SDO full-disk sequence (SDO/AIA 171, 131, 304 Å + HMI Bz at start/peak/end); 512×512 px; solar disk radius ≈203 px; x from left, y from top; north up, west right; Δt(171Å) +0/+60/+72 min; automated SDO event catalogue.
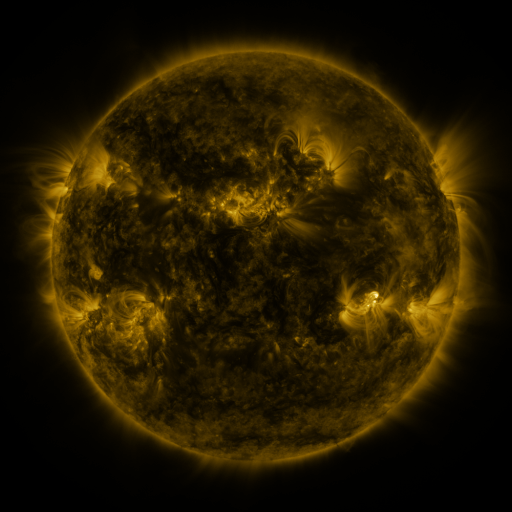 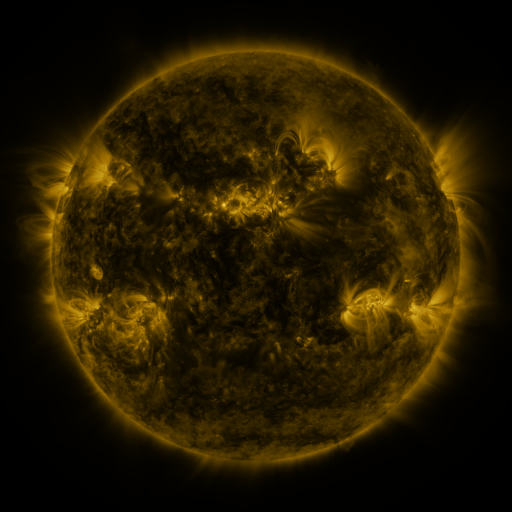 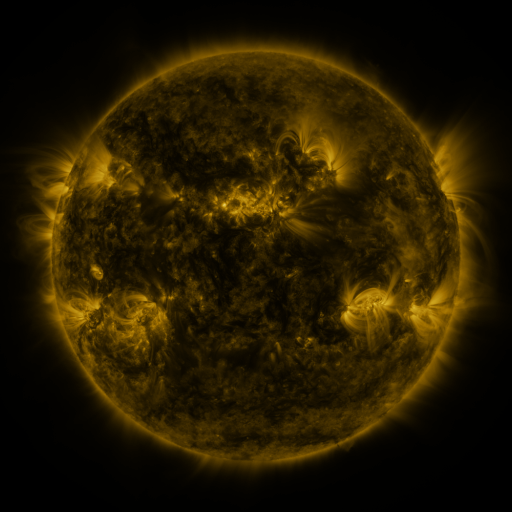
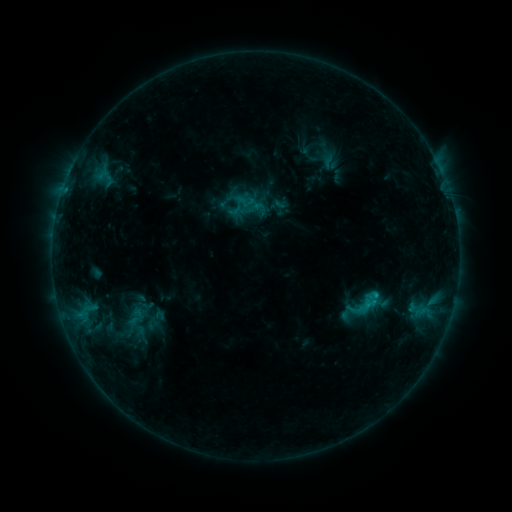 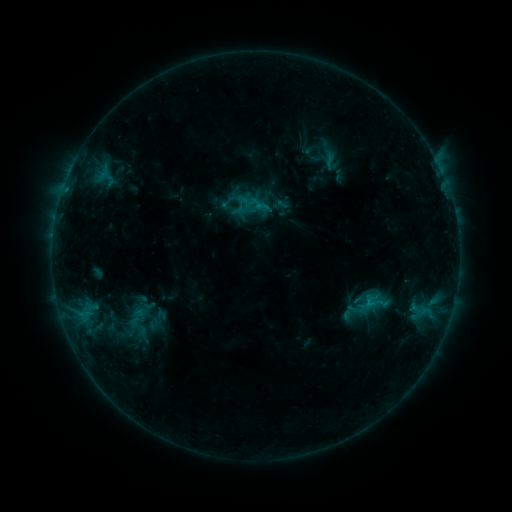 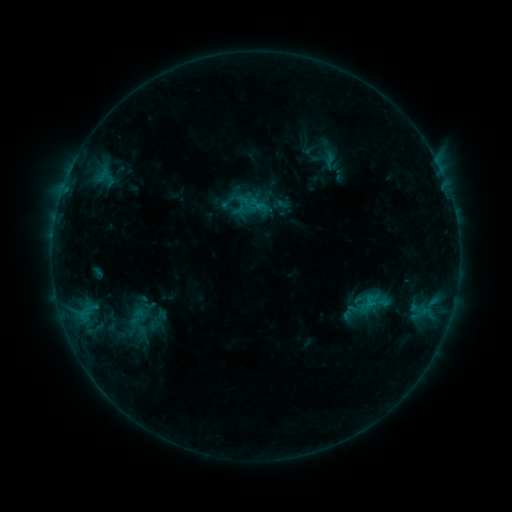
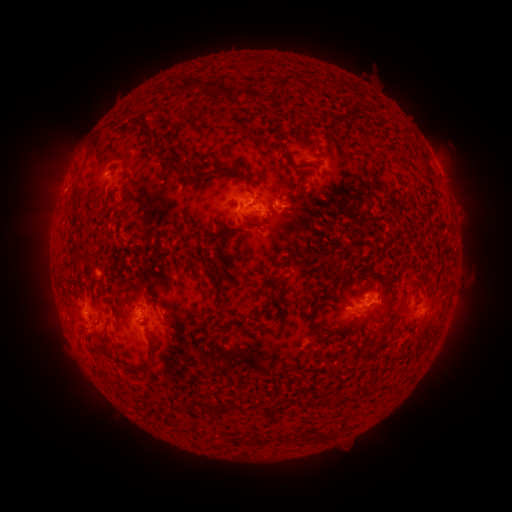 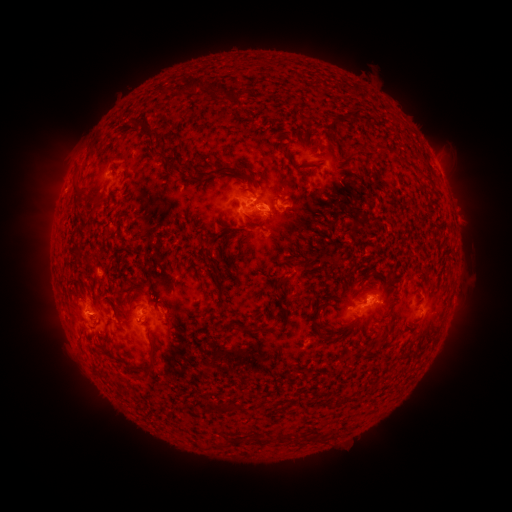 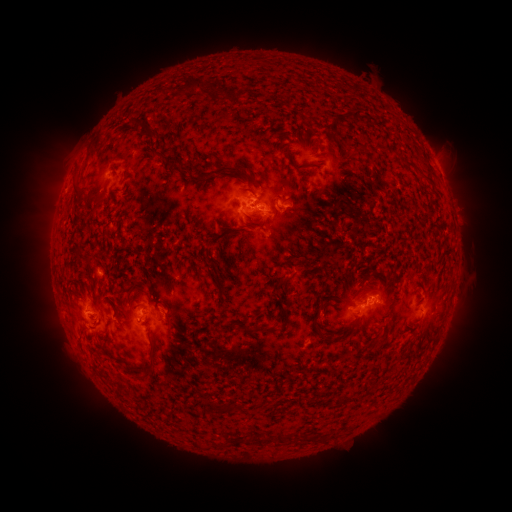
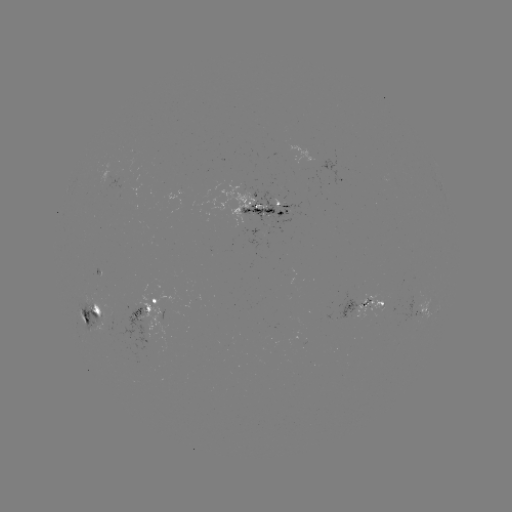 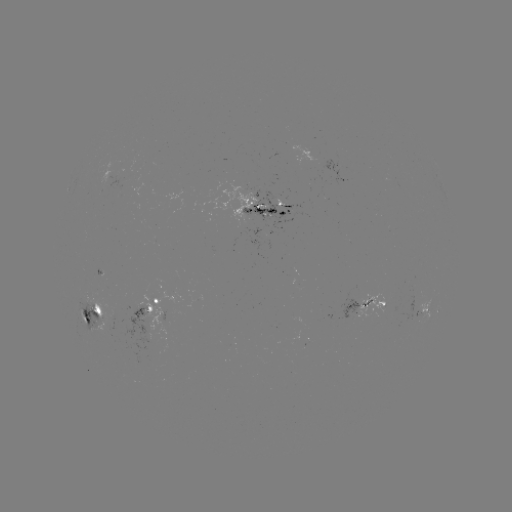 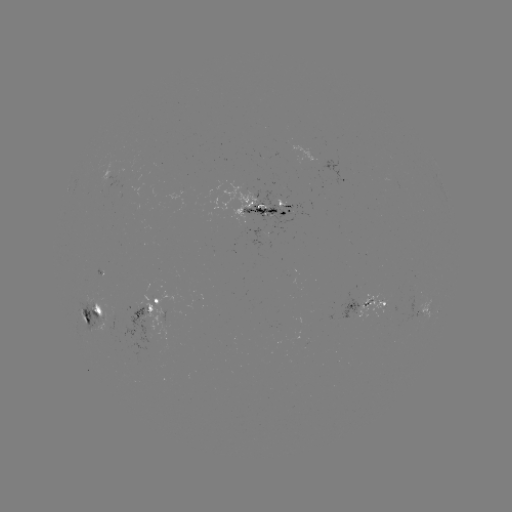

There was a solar emerging-flux region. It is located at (241, 217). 